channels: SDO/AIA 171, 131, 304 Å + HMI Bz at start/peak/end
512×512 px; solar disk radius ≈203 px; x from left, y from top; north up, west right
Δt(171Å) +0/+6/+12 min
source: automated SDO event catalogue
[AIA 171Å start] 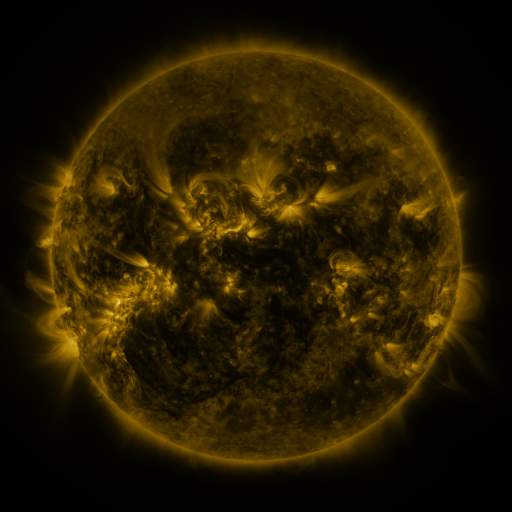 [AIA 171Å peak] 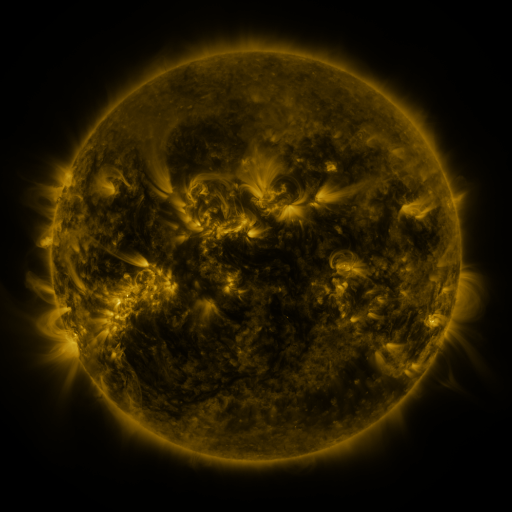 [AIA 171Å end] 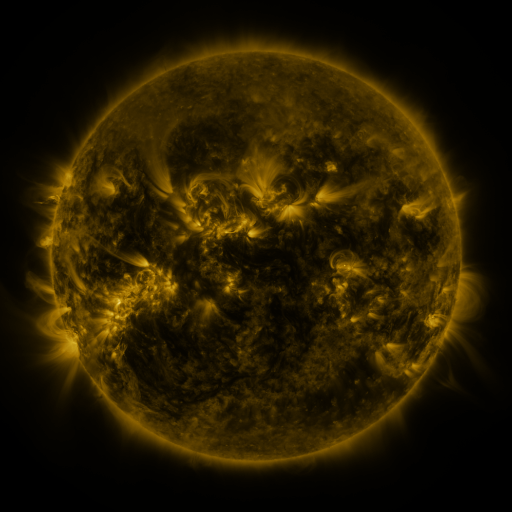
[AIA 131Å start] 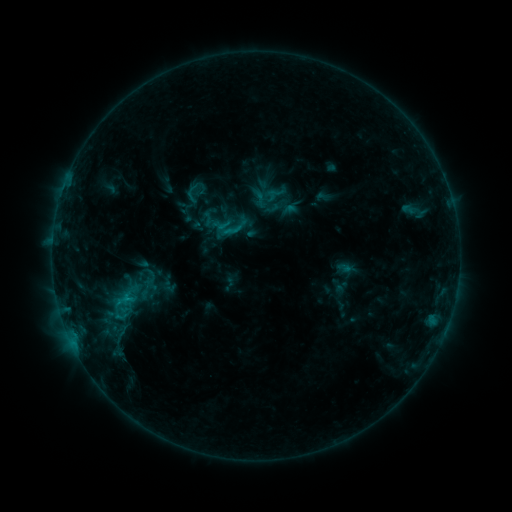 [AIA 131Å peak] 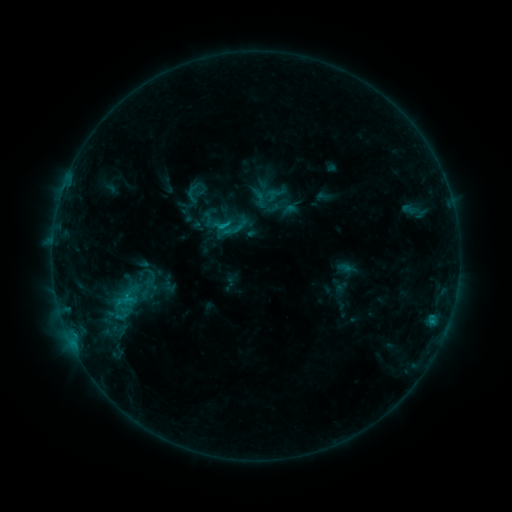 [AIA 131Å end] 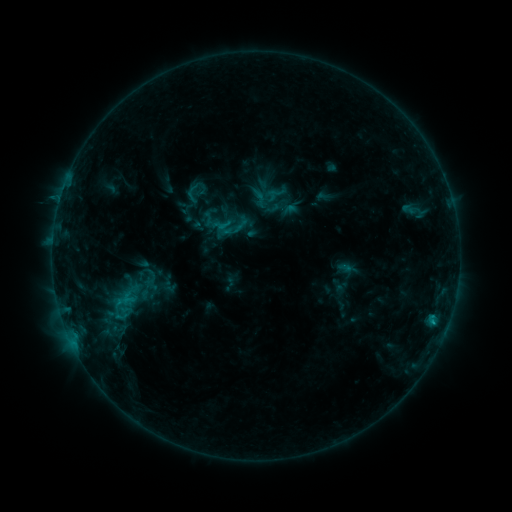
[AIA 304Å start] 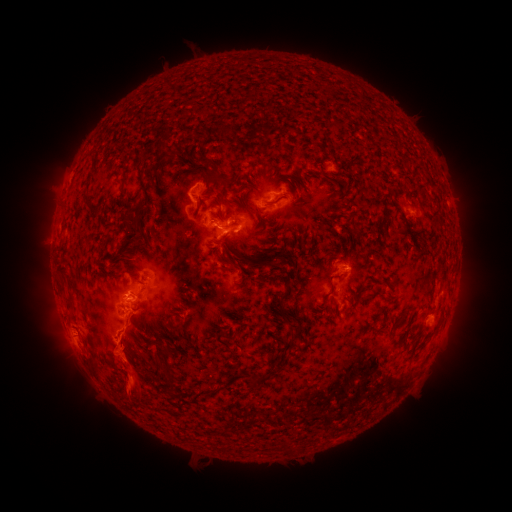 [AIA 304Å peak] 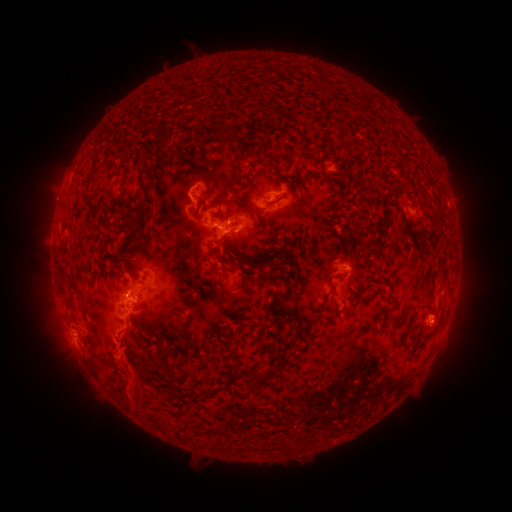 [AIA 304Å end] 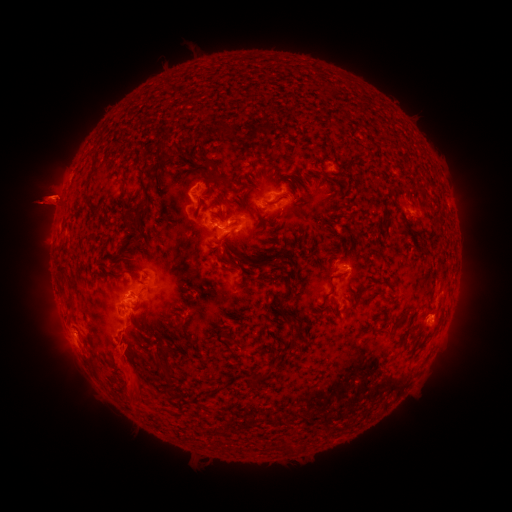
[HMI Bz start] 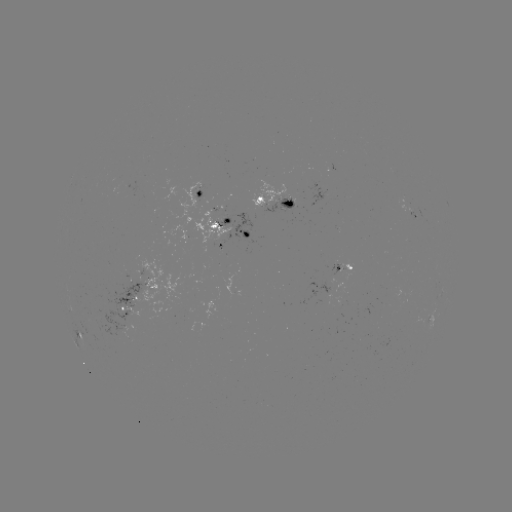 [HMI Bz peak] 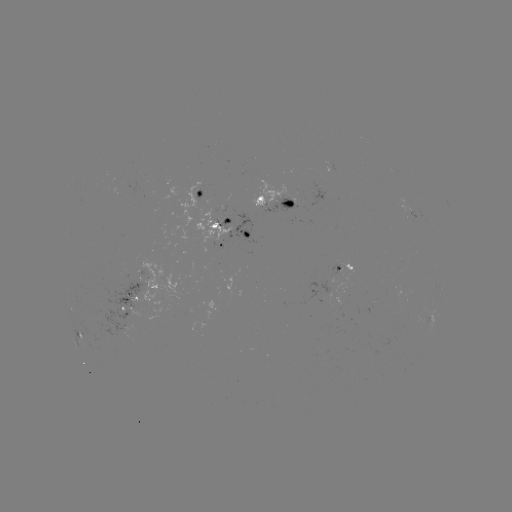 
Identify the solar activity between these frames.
C1.3 flare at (432, 321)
